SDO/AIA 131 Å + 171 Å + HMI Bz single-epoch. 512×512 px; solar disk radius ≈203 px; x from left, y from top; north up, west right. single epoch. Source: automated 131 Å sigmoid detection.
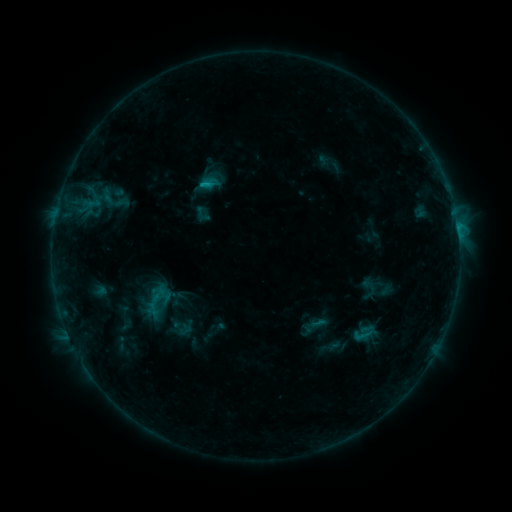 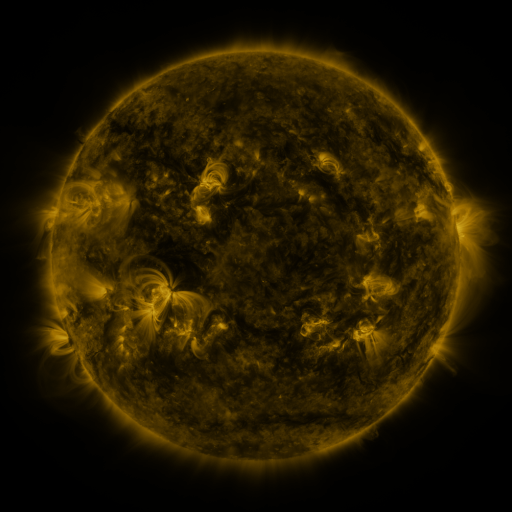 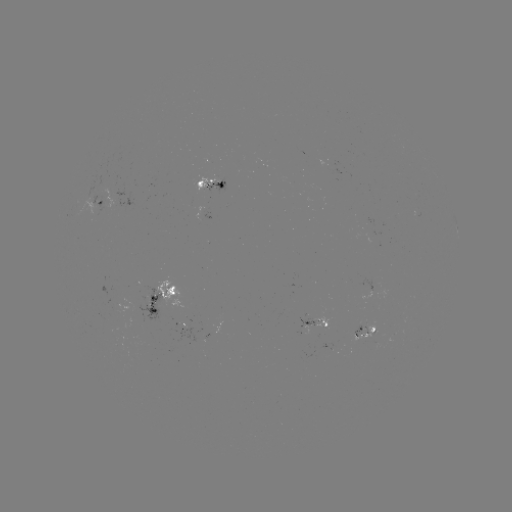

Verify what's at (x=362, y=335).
sigmoid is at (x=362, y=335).